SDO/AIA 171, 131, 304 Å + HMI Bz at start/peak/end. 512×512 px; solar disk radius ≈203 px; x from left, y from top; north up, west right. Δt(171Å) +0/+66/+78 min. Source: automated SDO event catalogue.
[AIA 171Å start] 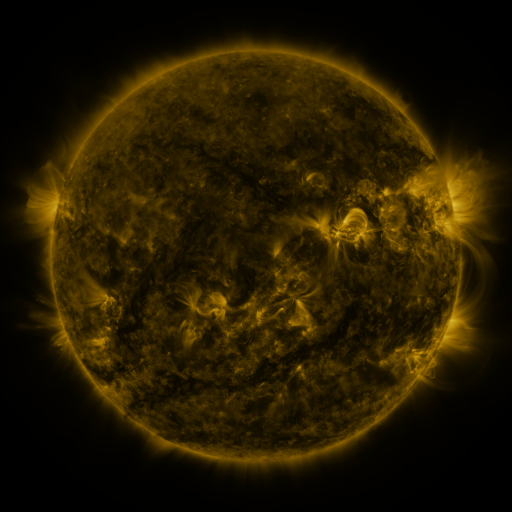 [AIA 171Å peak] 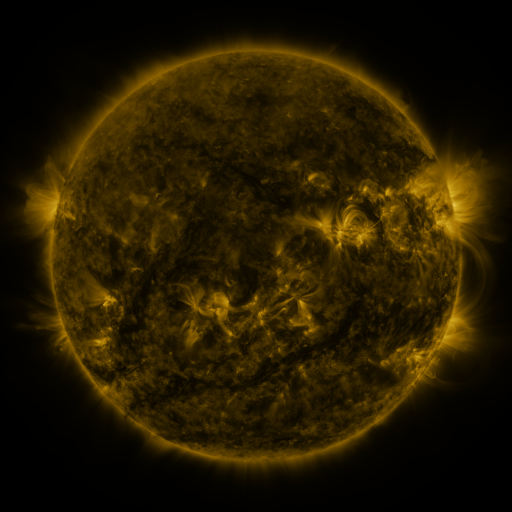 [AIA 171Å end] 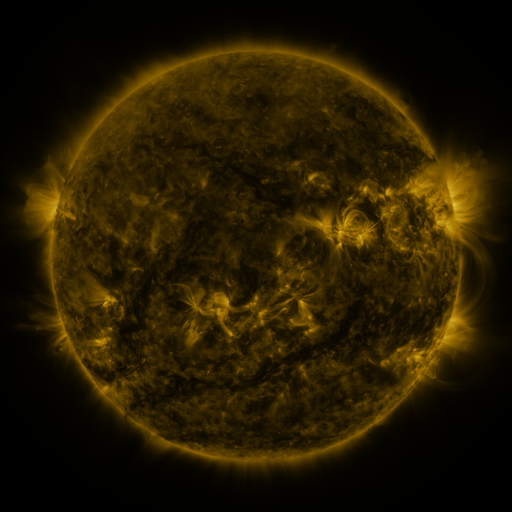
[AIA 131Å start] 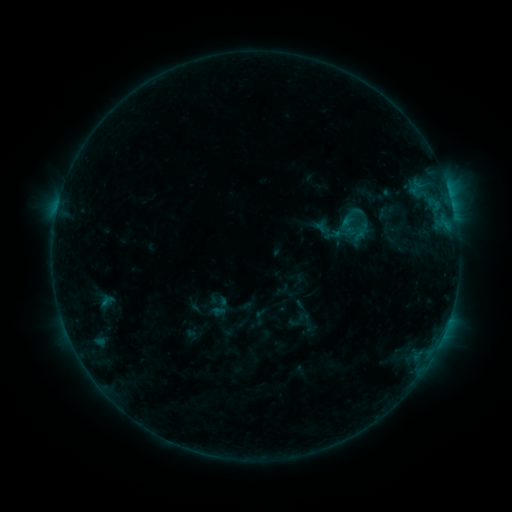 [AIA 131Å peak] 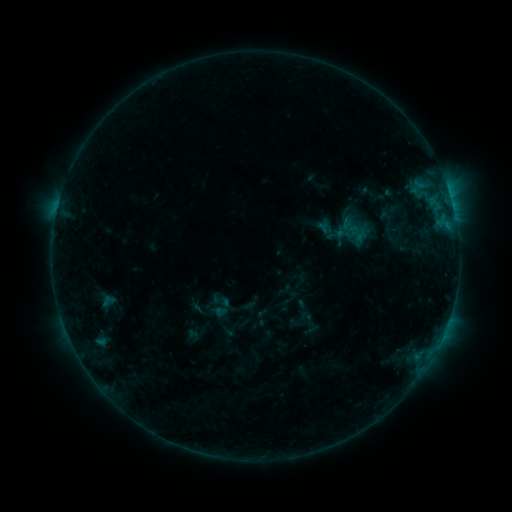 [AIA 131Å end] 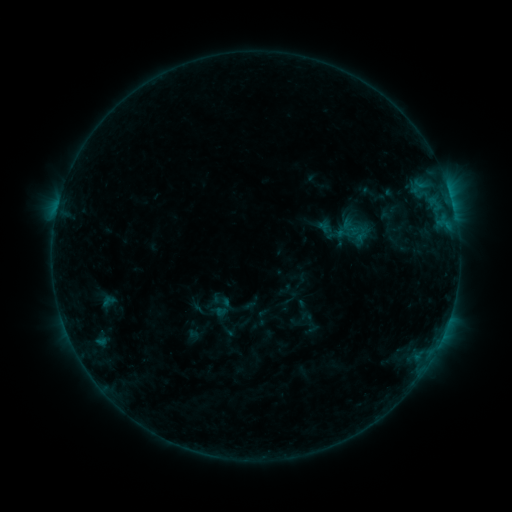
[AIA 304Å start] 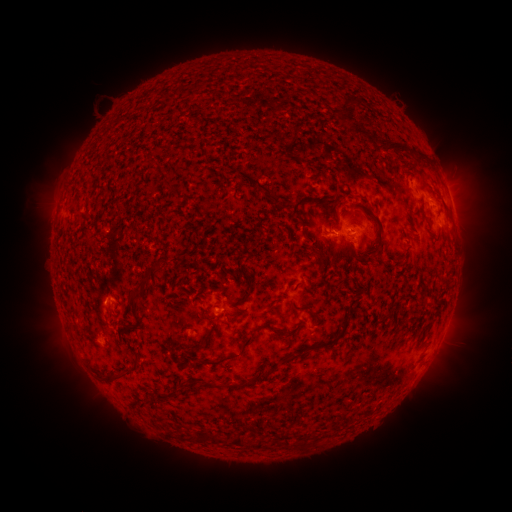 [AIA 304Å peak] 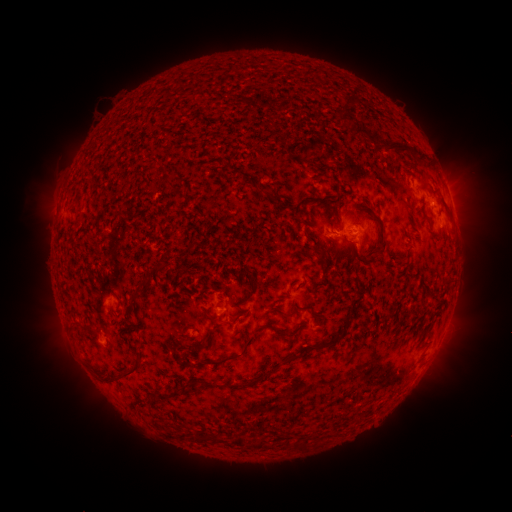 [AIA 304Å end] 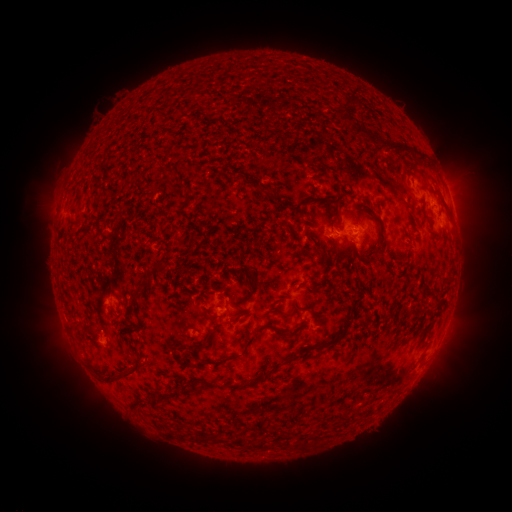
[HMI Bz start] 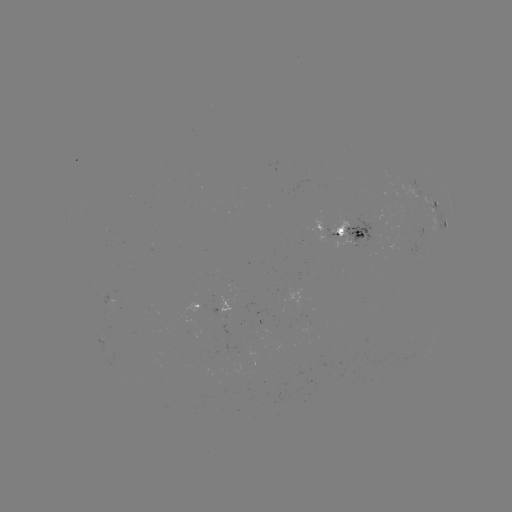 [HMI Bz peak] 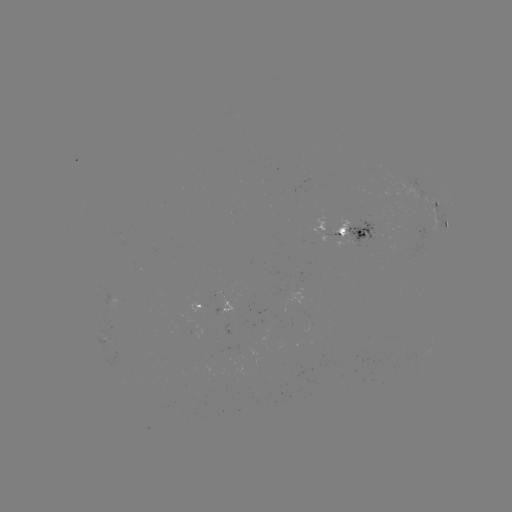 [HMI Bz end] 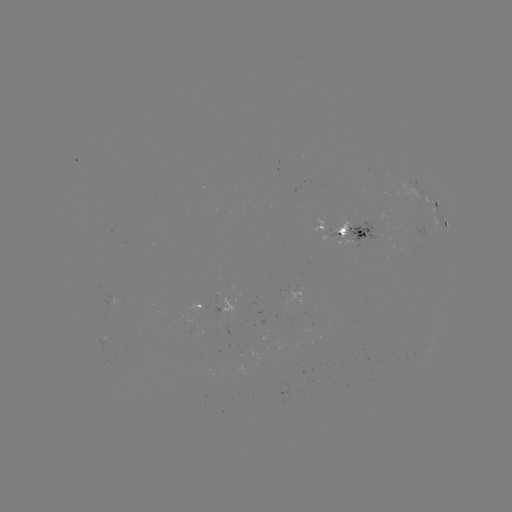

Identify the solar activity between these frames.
emerging-flux region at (216, 308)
